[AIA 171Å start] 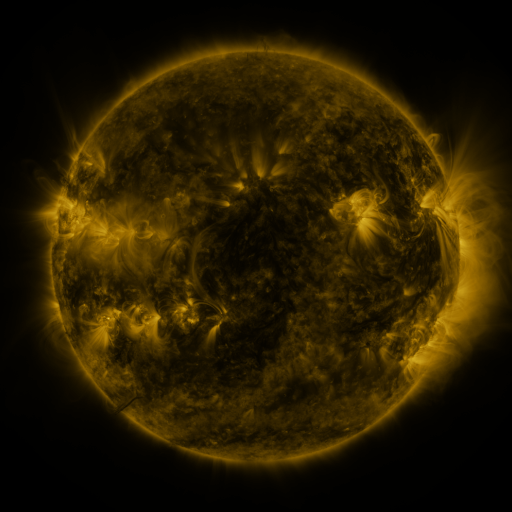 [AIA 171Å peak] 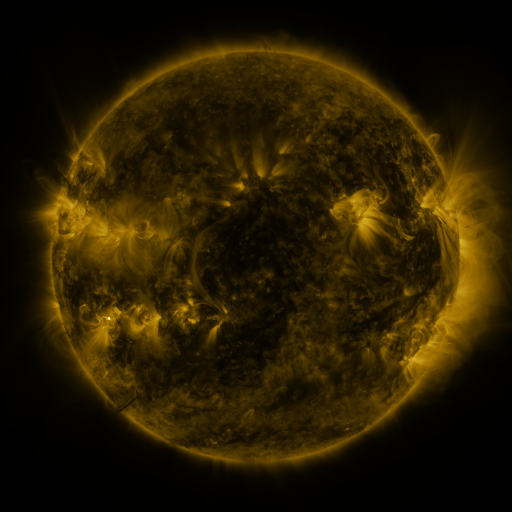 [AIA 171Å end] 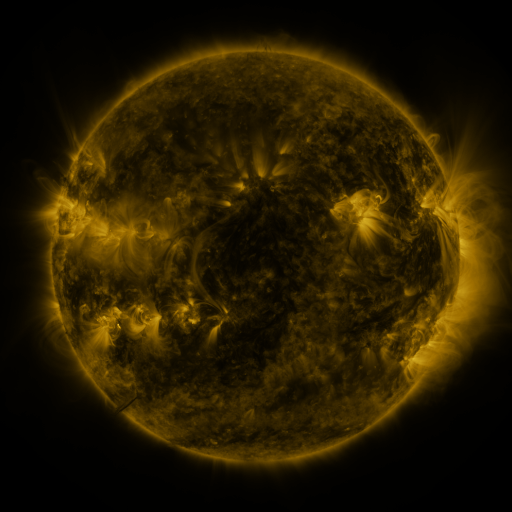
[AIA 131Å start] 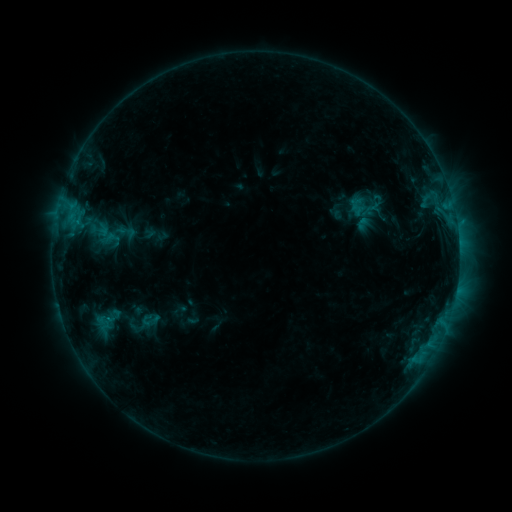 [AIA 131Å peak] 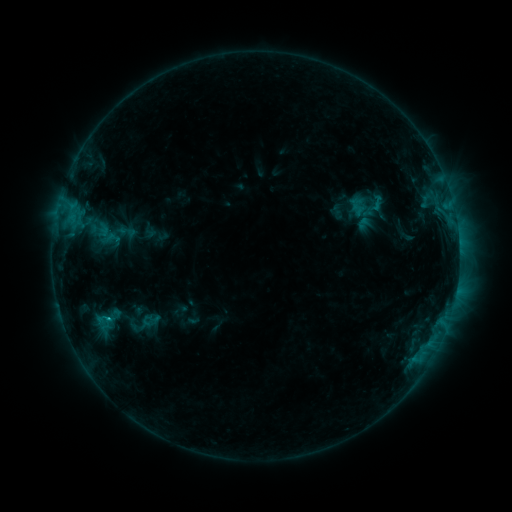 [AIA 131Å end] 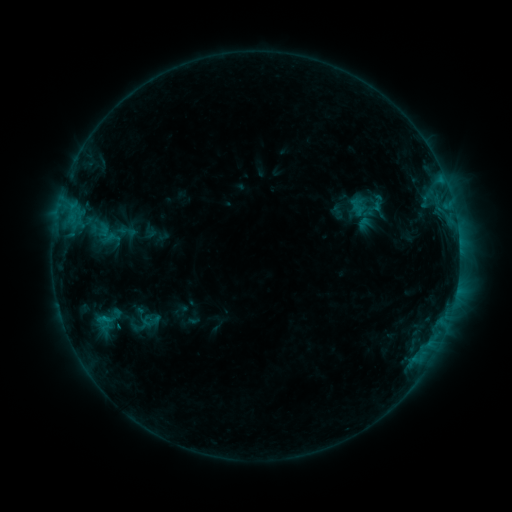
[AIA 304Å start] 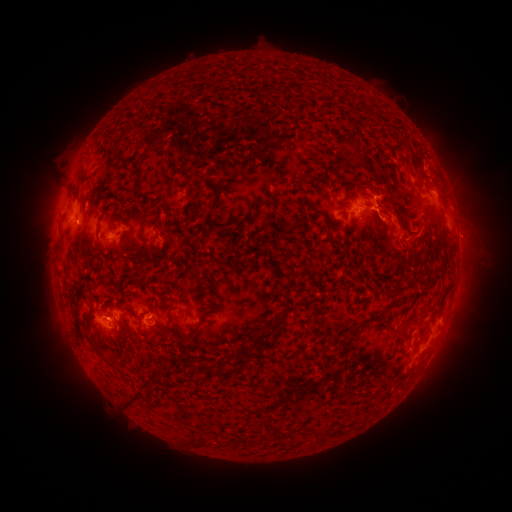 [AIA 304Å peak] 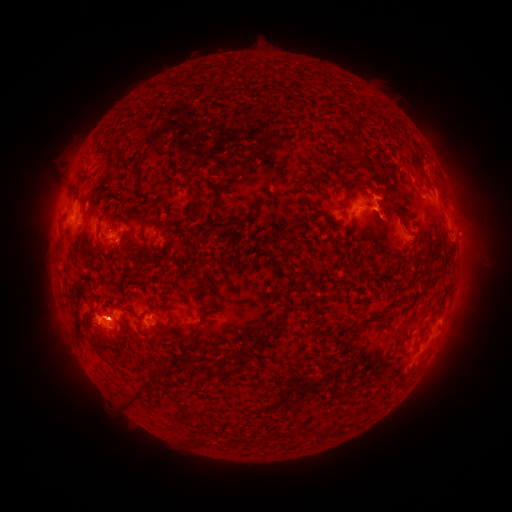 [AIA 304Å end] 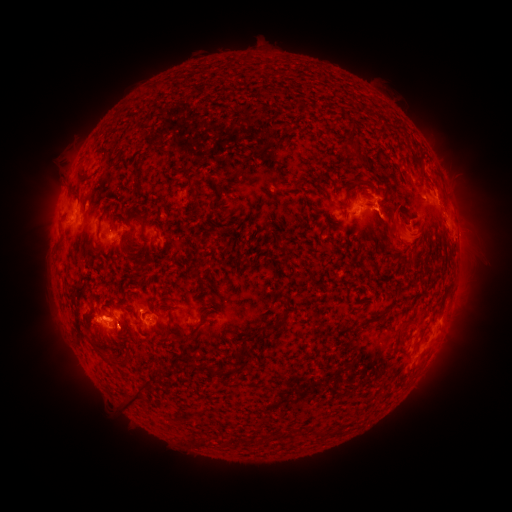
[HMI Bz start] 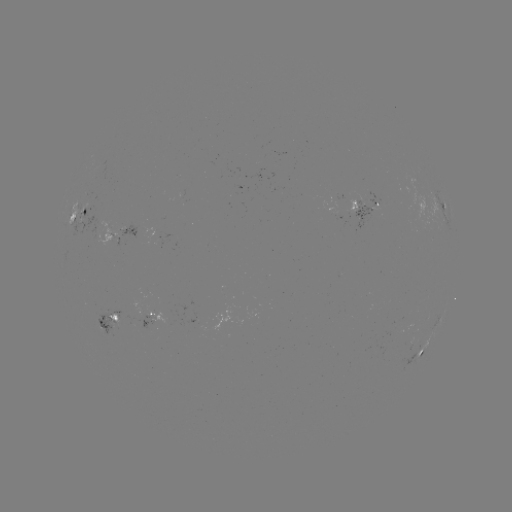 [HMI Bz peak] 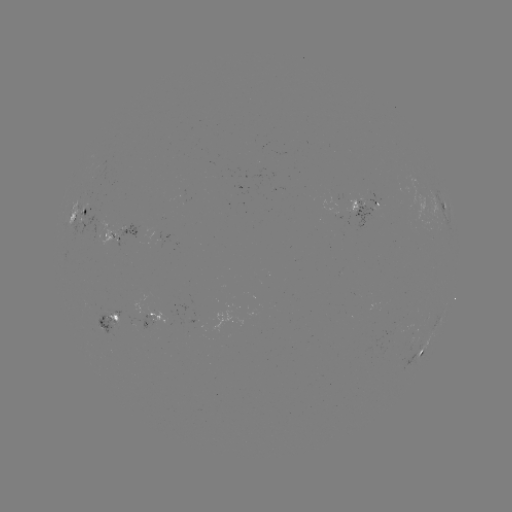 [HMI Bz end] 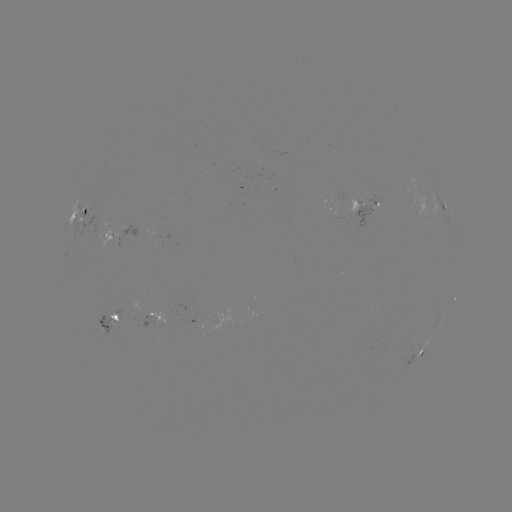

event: eruption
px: (405, 231)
